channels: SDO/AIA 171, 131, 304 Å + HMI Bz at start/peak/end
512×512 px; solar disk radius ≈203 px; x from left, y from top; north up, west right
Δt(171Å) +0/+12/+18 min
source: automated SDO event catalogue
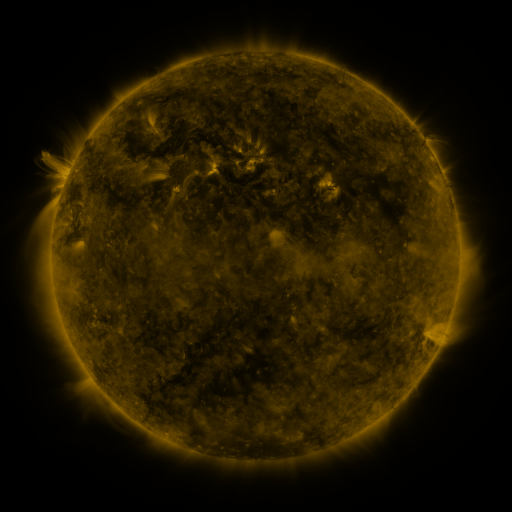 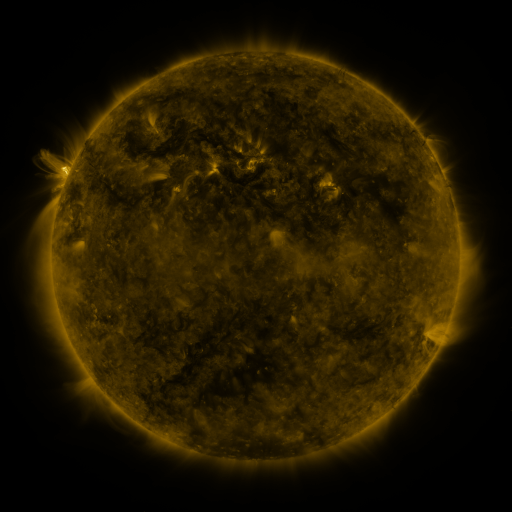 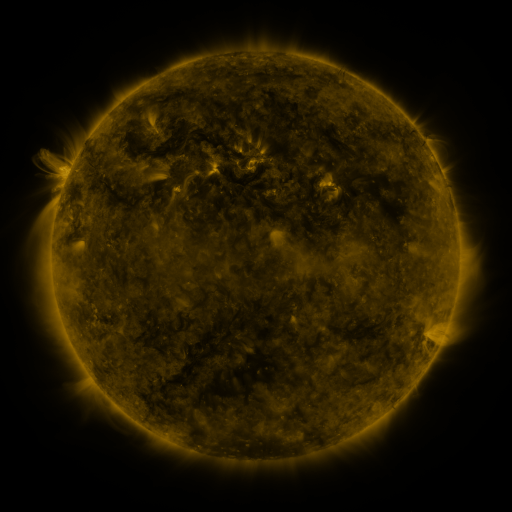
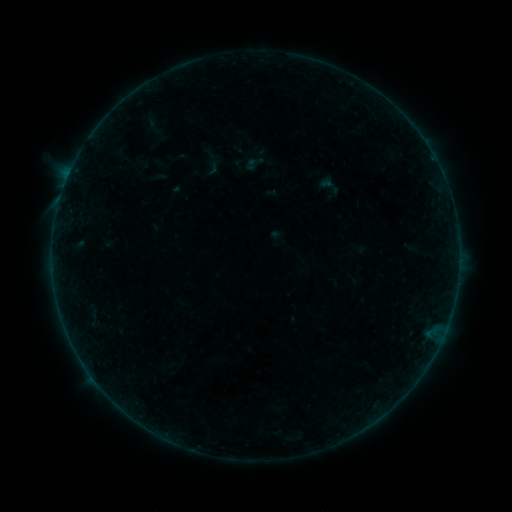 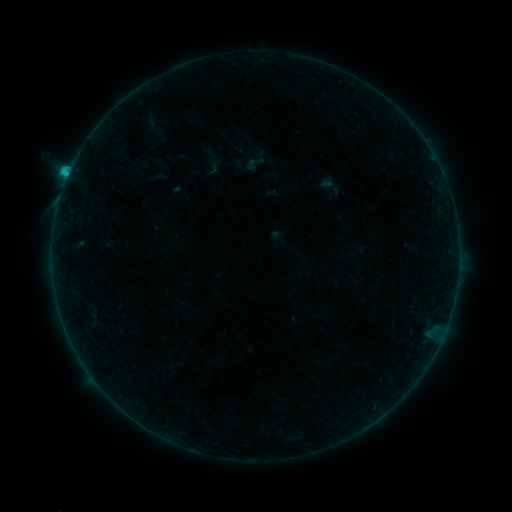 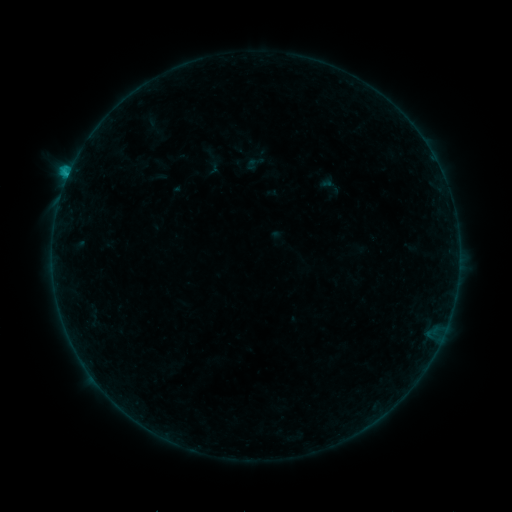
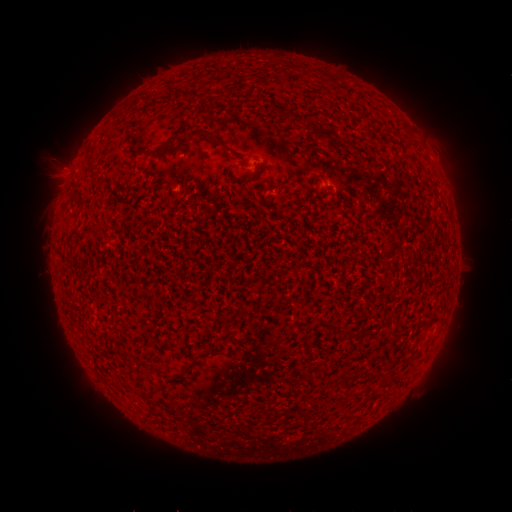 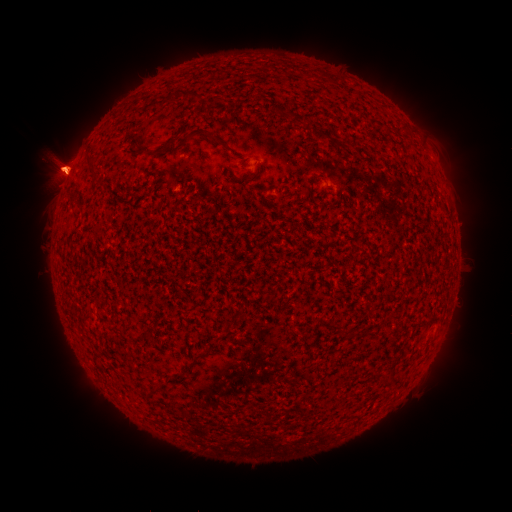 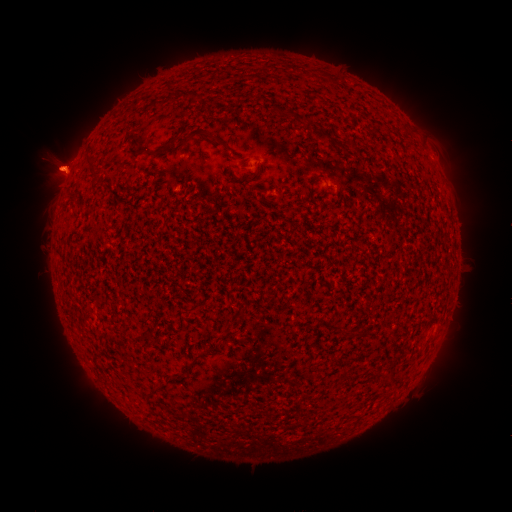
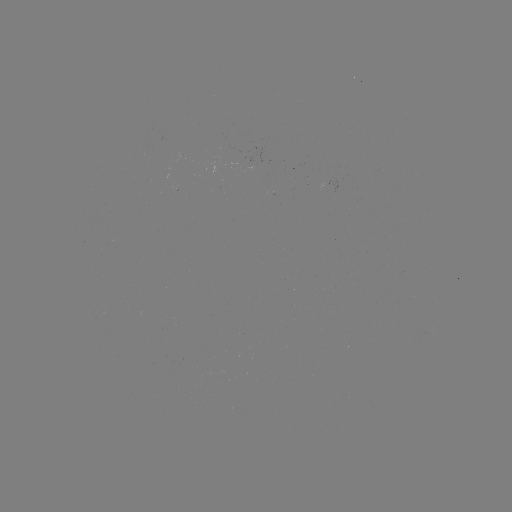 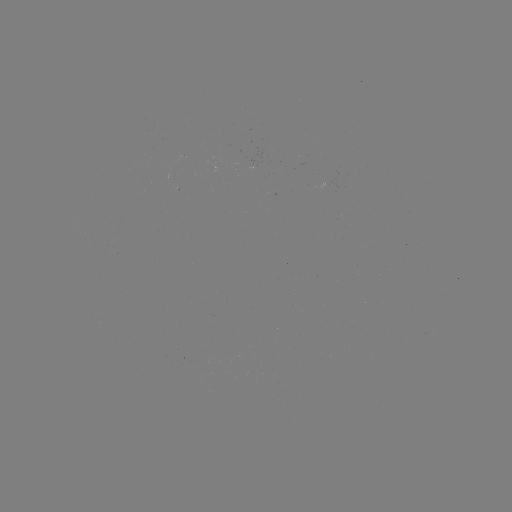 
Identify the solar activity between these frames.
C1.0 flare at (67, 179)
